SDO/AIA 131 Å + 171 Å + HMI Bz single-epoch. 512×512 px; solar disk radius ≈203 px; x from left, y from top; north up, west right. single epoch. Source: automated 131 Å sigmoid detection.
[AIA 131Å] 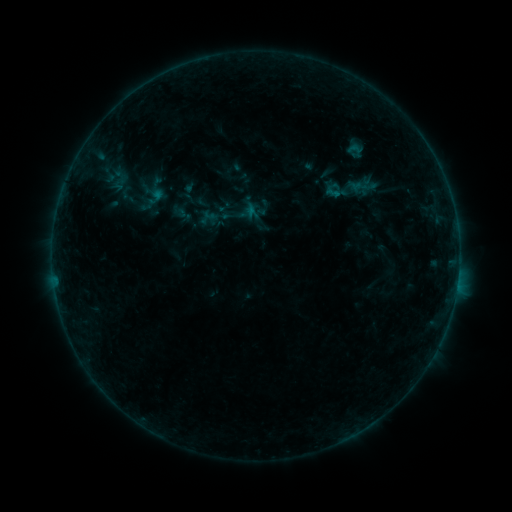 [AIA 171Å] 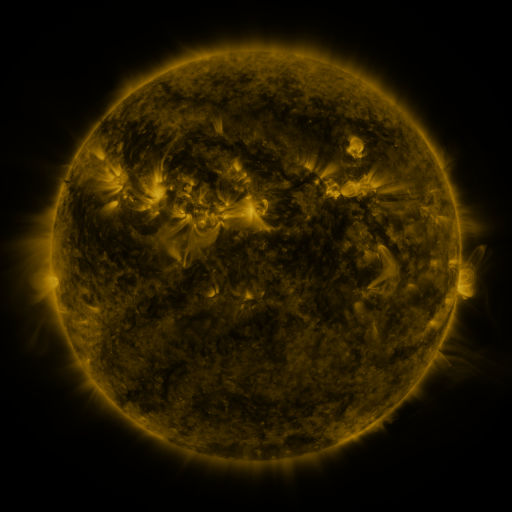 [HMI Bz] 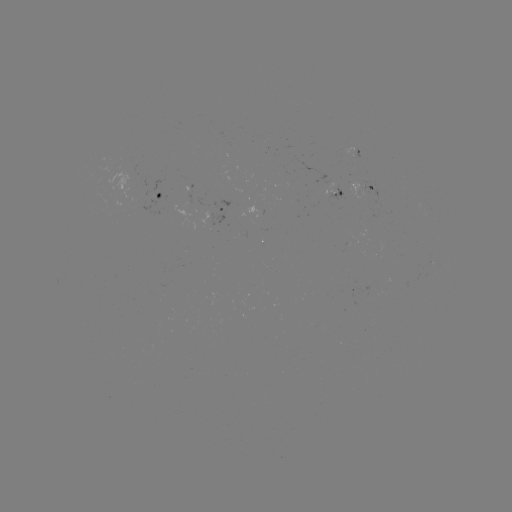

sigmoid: [342, 139, 368, 159]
